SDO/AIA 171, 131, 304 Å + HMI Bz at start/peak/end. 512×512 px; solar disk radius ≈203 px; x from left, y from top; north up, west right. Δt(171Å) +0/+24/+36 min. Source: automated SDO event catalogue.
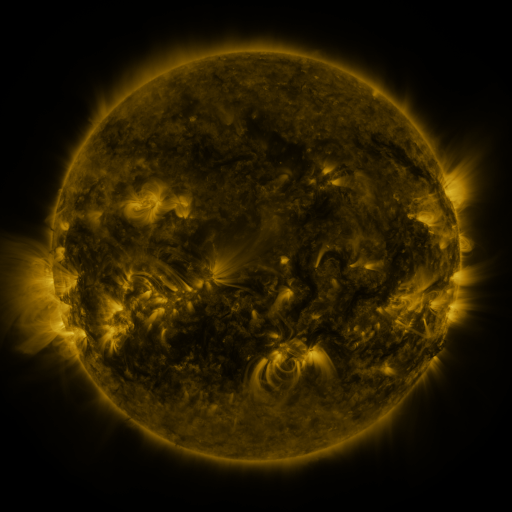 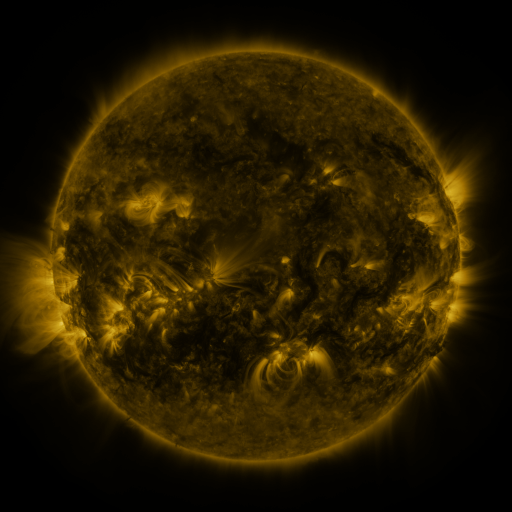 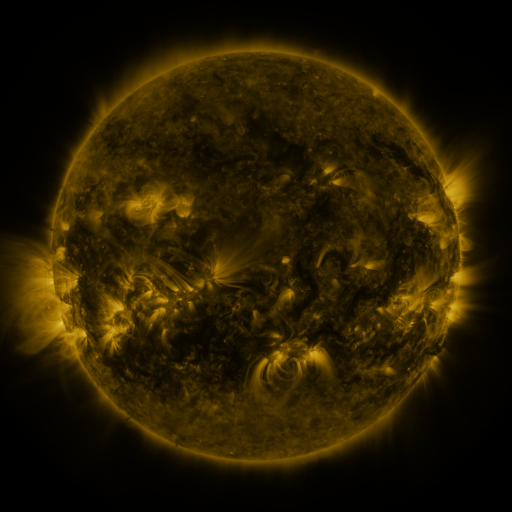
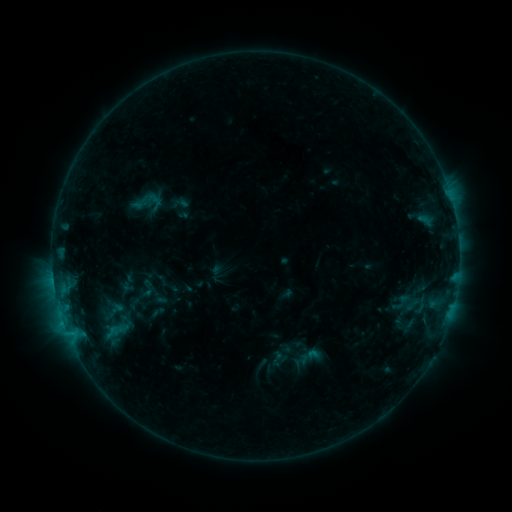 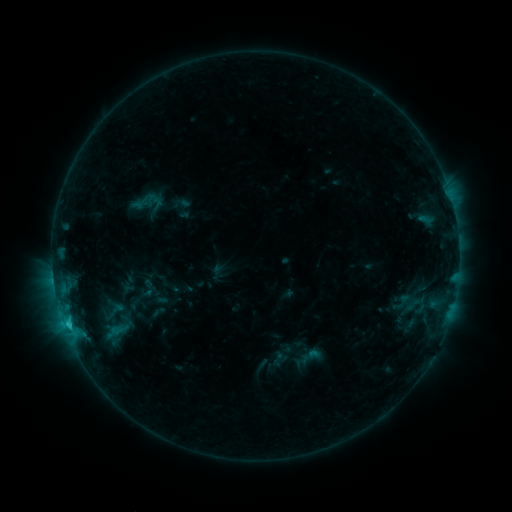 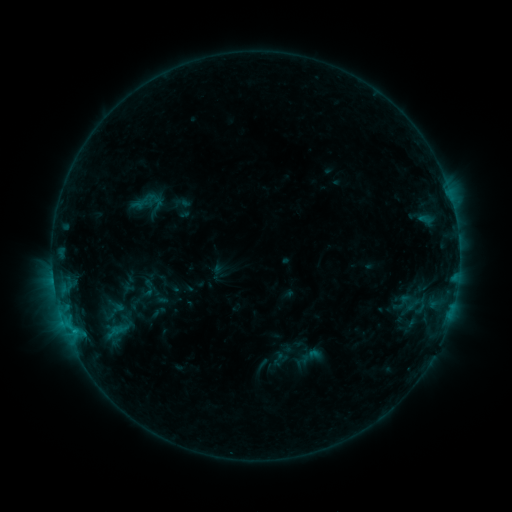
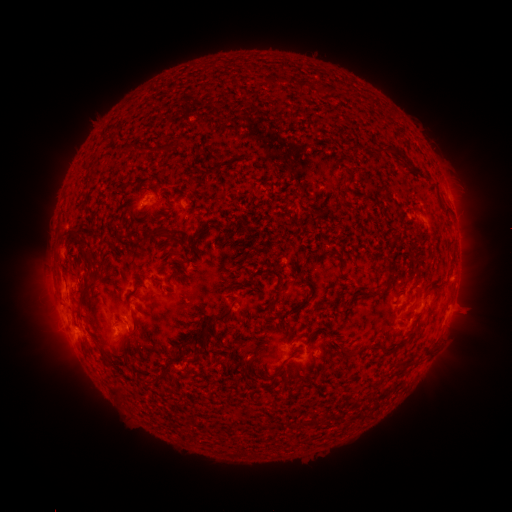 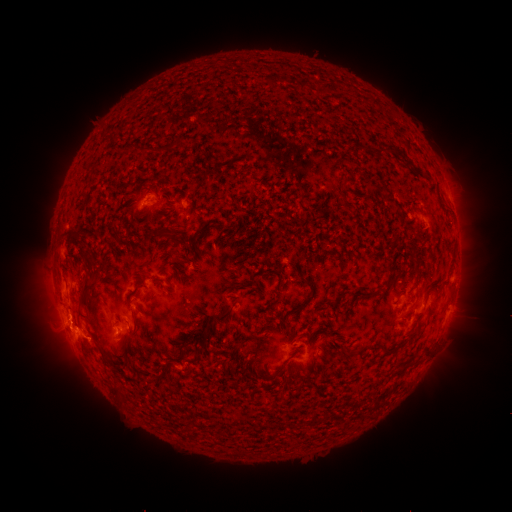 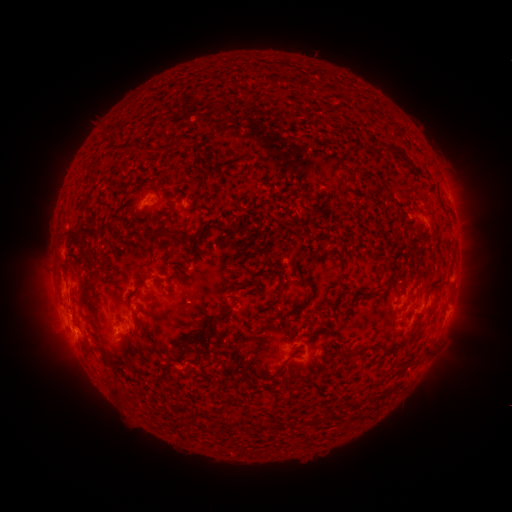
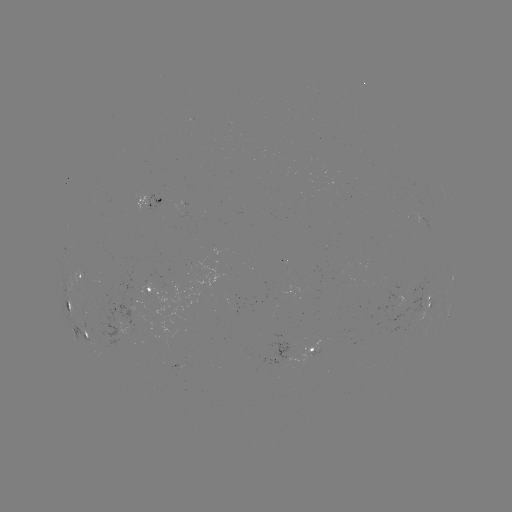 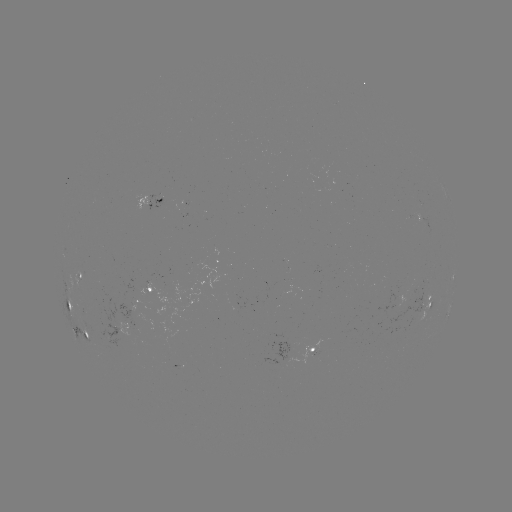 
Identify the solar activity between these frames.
C1.4 flare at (68, 322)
